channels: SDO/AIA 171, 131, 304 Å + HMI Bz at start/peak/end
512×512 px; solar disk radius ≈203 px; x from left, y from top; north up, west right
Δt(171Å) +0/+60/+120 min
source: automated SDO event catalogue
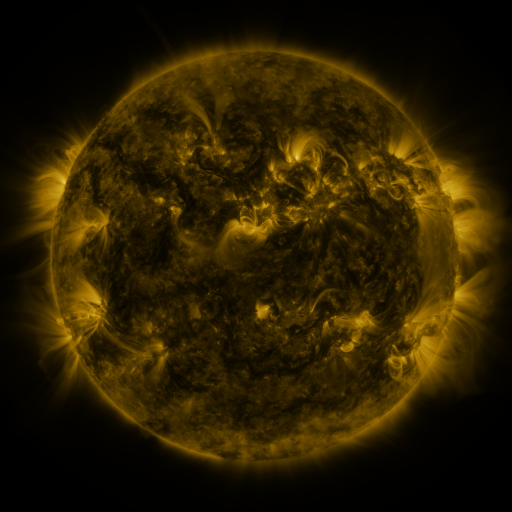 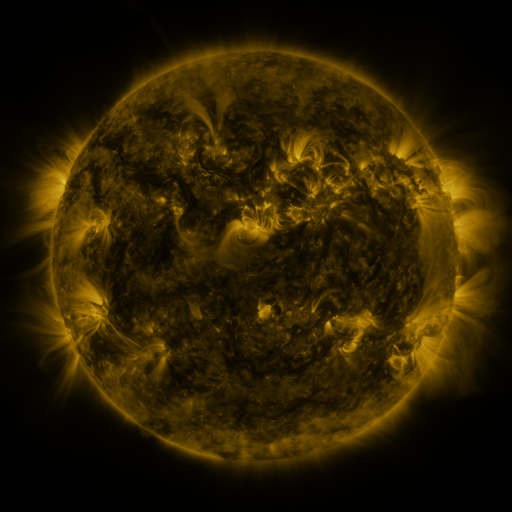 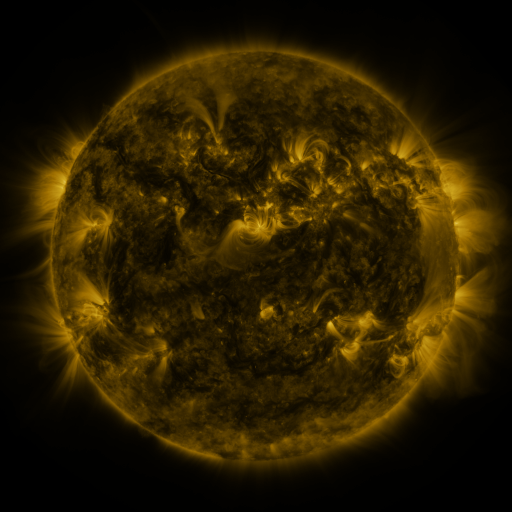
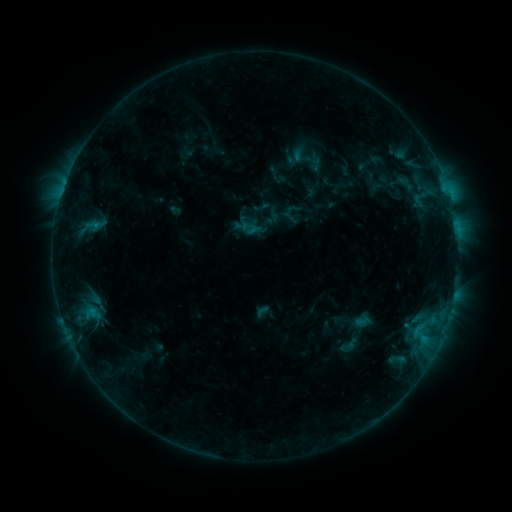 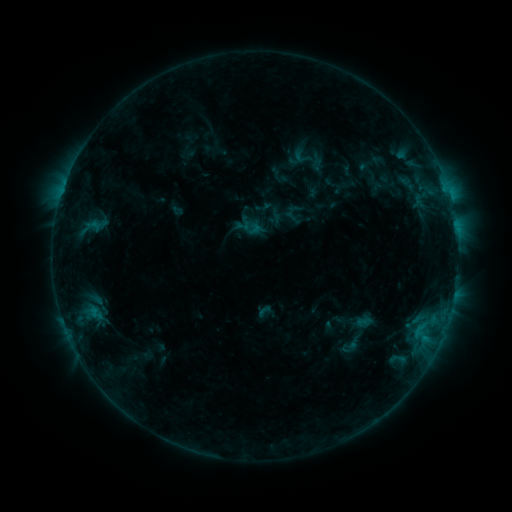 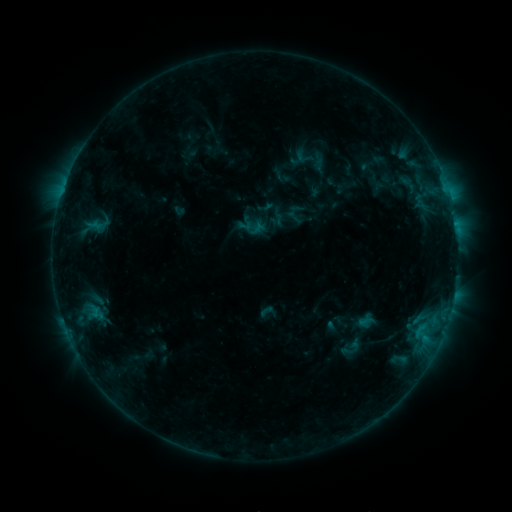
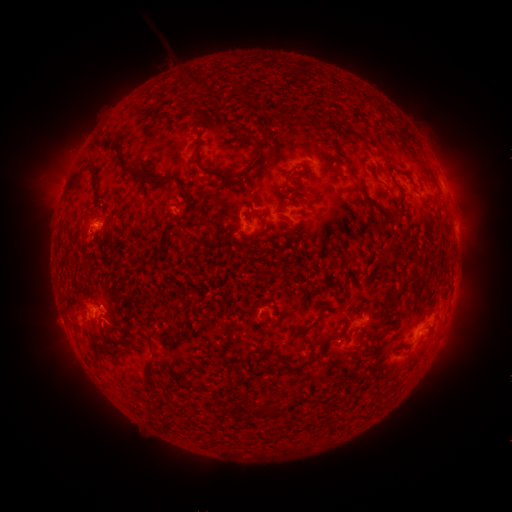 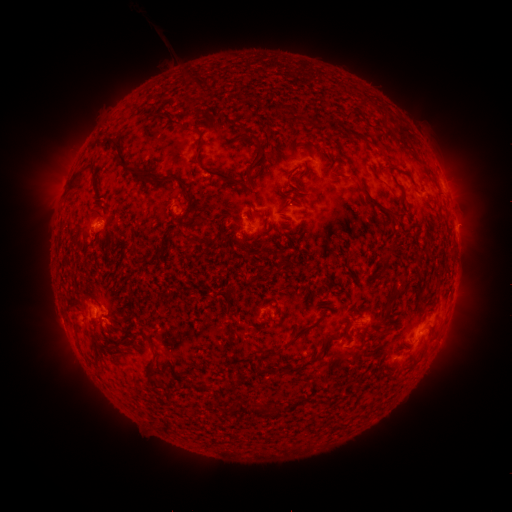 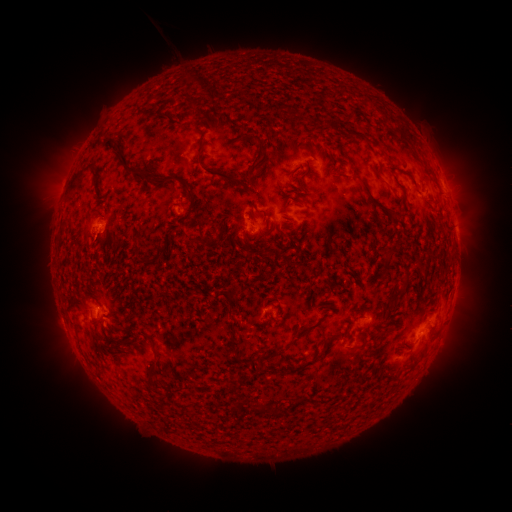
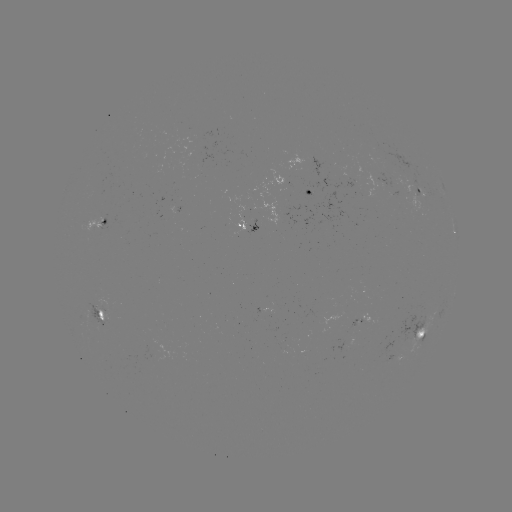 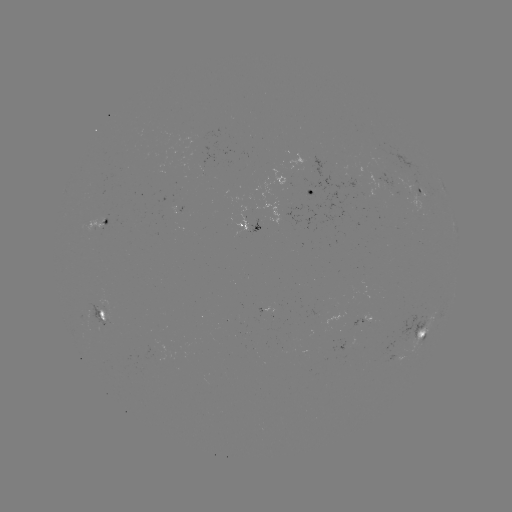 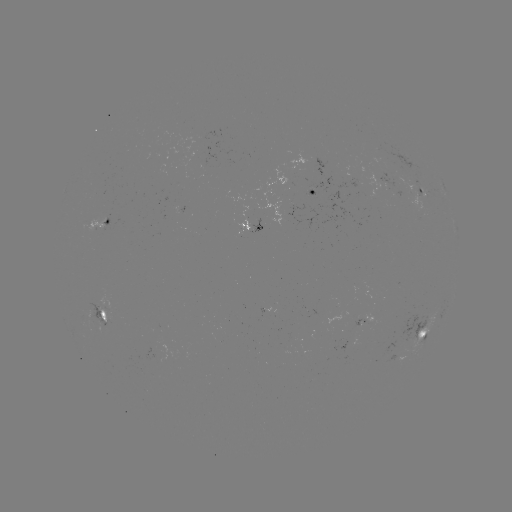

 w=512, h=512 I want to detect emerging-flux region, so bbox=[247, 219, 260, 234].